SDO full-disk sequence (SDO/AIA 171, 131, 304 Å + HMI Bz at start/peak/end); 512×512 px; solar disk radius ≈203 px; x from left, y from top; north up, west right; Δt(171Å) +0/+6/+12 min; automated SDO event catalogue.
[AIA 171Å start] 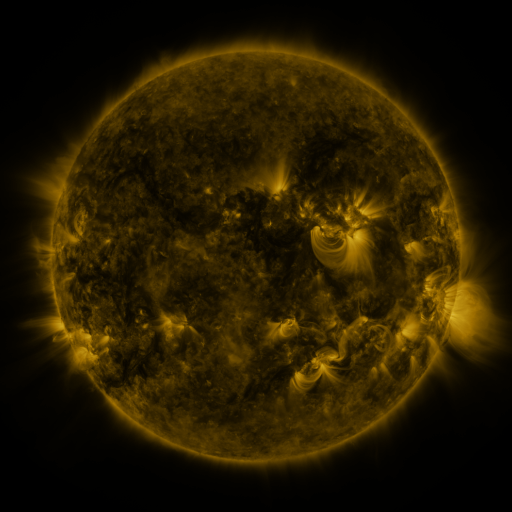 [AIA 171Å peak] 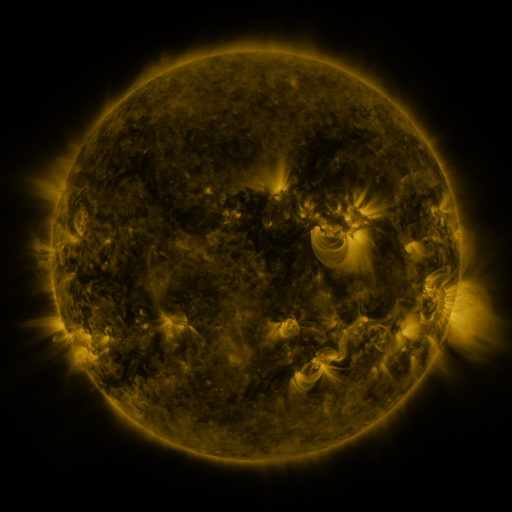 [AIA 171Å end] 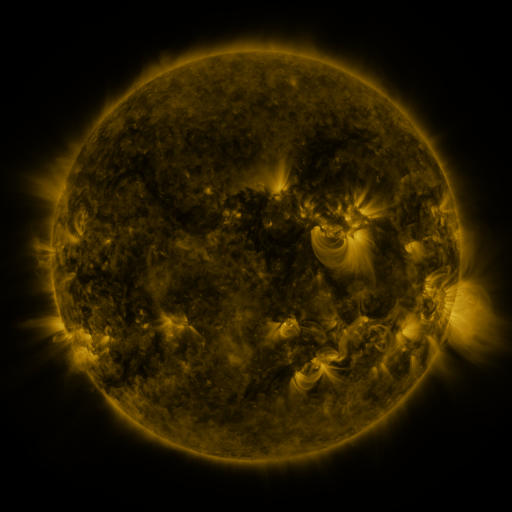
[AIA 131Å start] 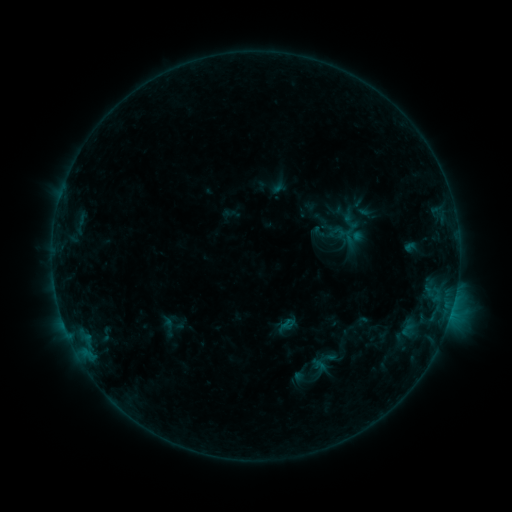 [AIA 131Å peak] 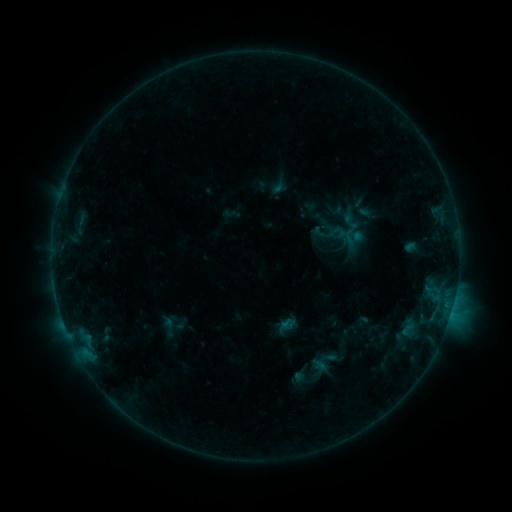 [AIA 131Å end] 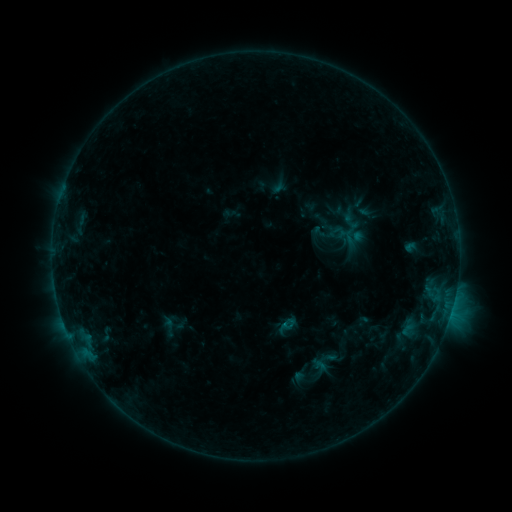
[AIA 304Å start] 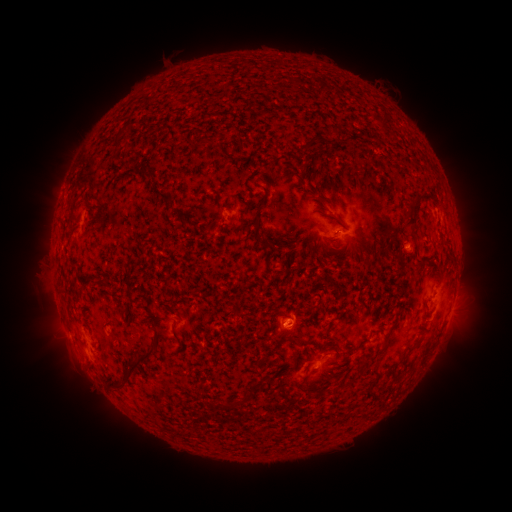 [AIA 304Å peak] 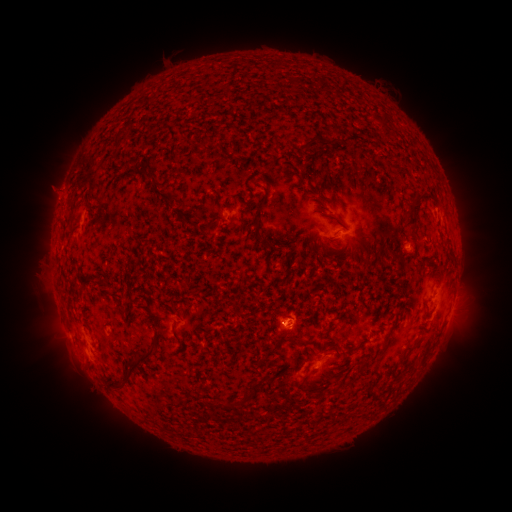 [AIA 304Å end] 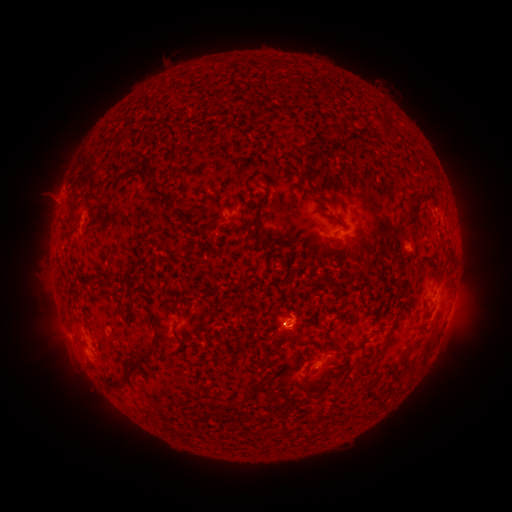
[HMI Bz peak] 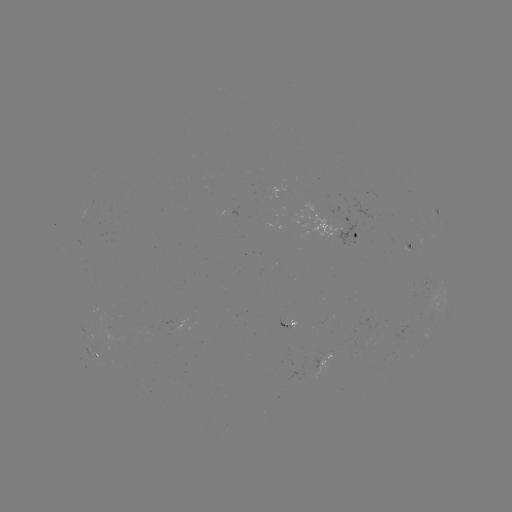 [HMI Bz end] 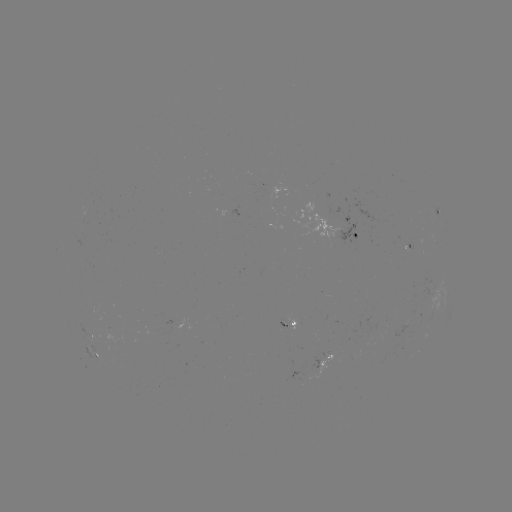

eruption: [22, 162, 80, 219]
